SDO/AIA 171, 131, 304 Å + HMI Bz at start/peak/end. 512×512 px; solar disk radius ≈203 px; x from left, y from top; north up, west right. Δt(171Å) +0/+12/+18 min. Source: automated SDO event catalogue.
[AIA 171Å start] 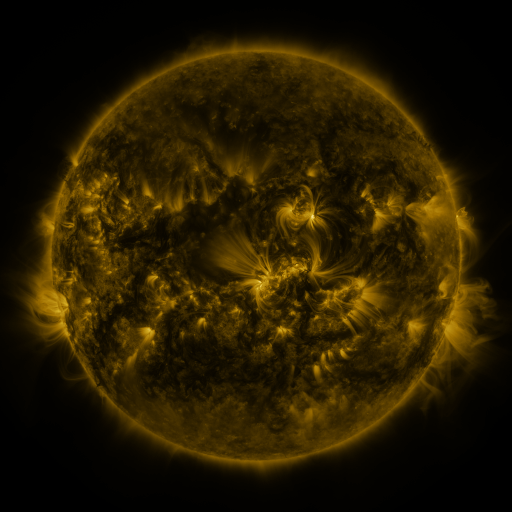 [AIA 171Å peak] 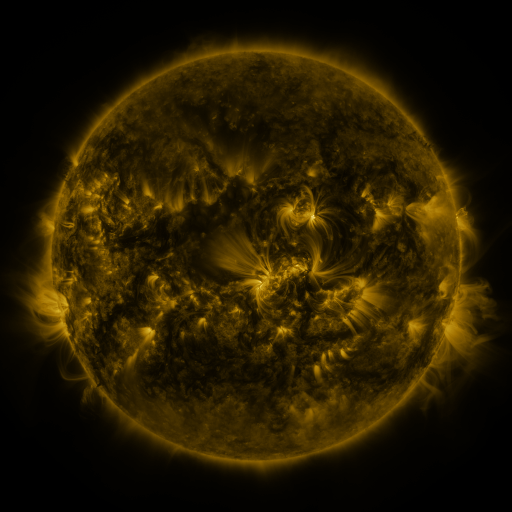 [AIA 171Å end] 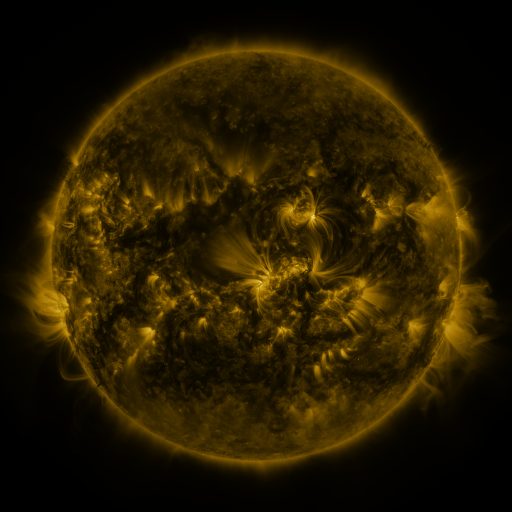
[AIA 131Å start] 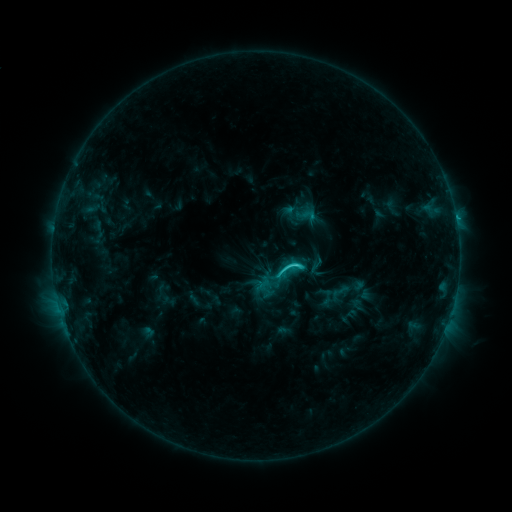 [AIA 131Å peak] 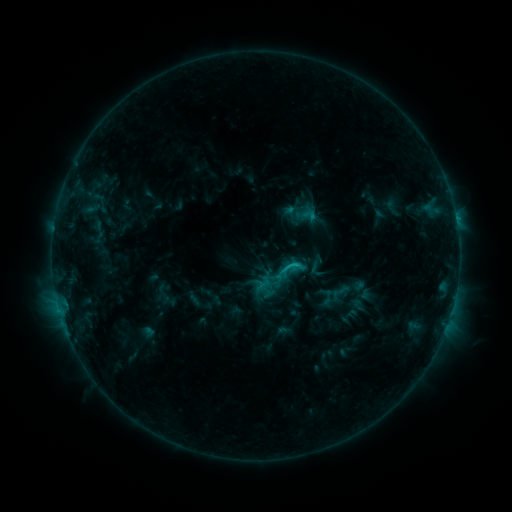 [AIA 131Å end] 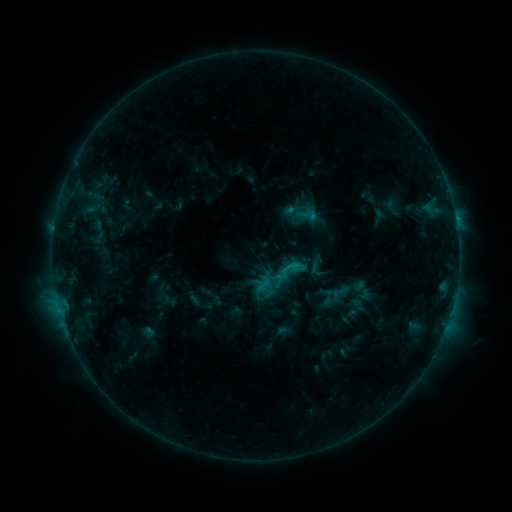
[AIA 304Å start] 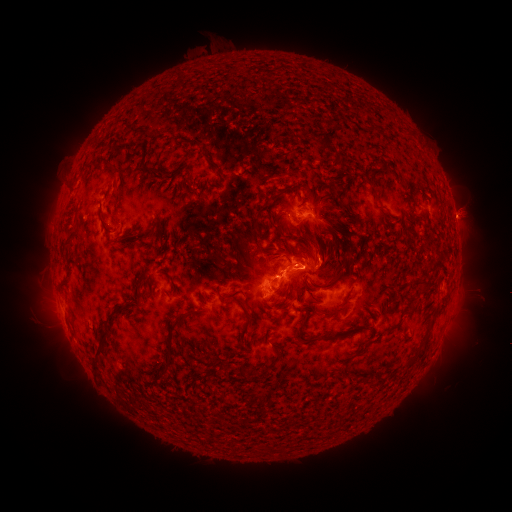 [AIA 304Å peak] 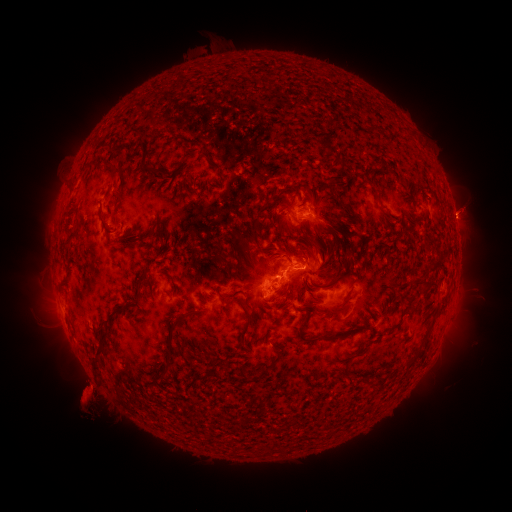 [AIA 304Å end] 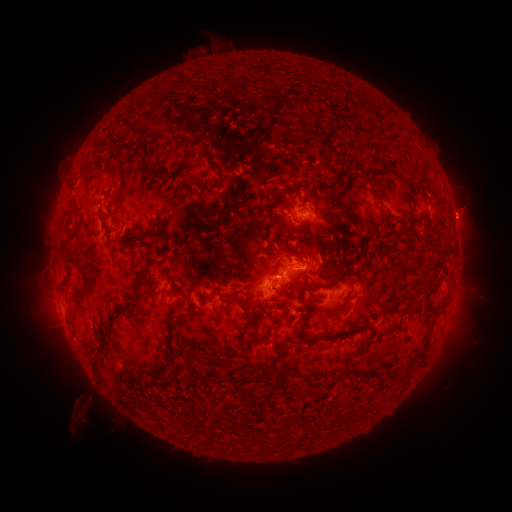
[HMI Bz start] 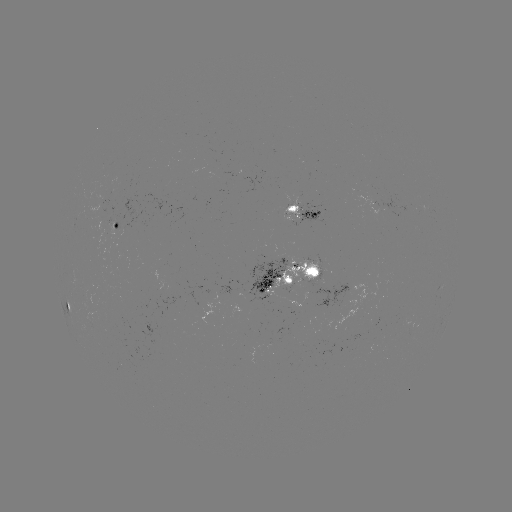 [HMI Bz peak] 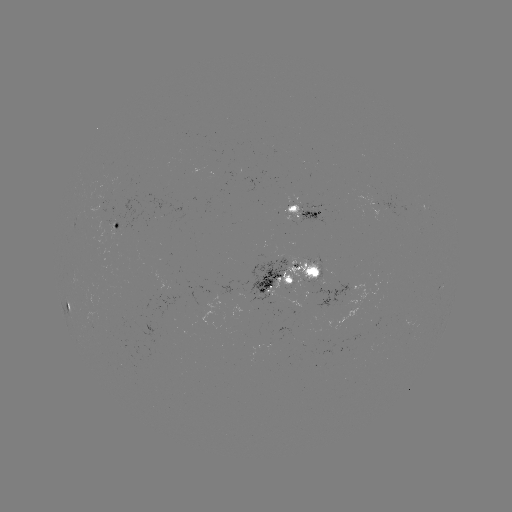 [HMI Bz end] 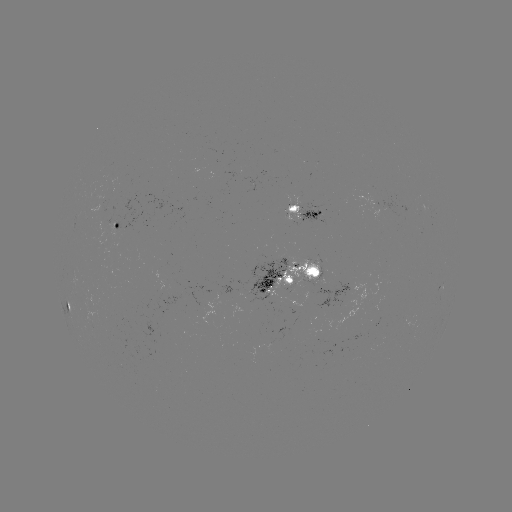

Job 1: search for eruption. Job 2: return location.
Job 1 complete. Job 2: (96, 393).